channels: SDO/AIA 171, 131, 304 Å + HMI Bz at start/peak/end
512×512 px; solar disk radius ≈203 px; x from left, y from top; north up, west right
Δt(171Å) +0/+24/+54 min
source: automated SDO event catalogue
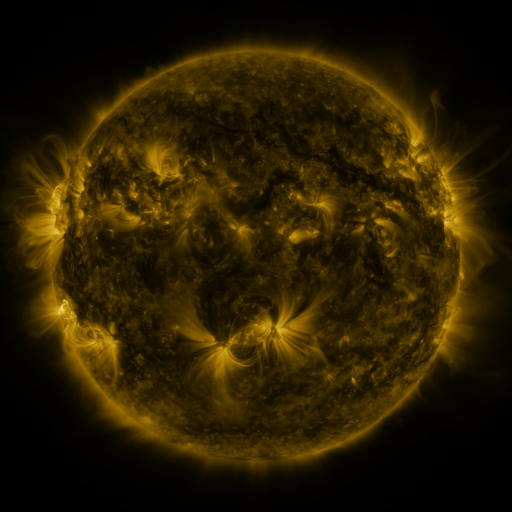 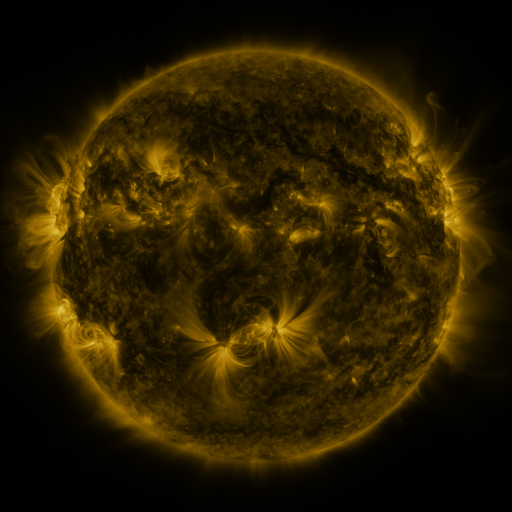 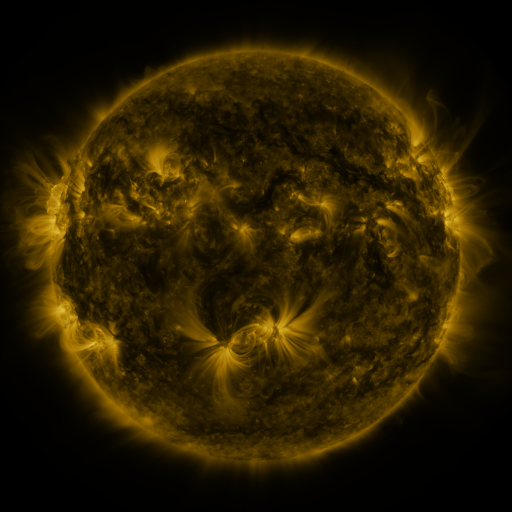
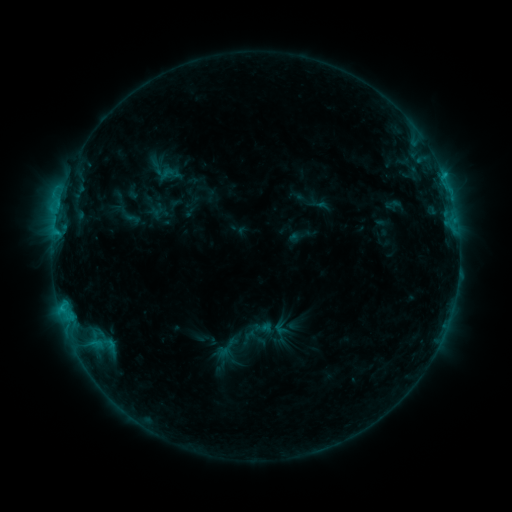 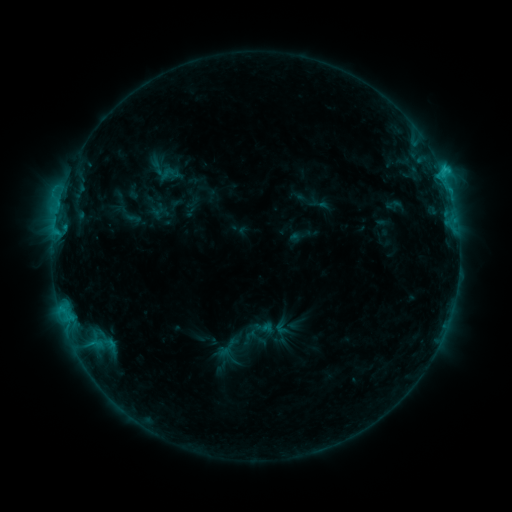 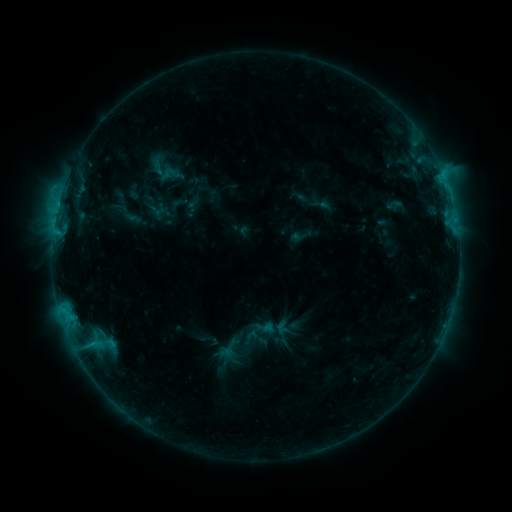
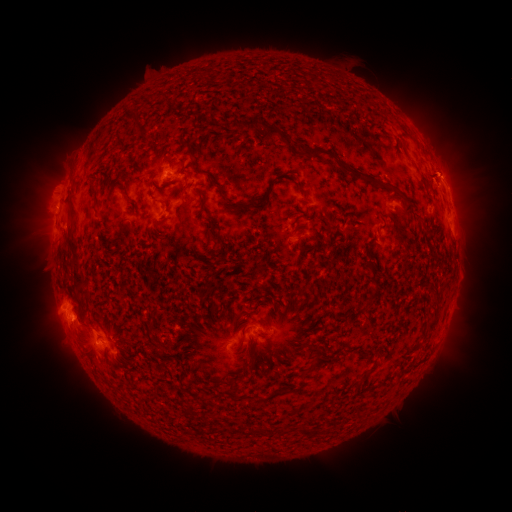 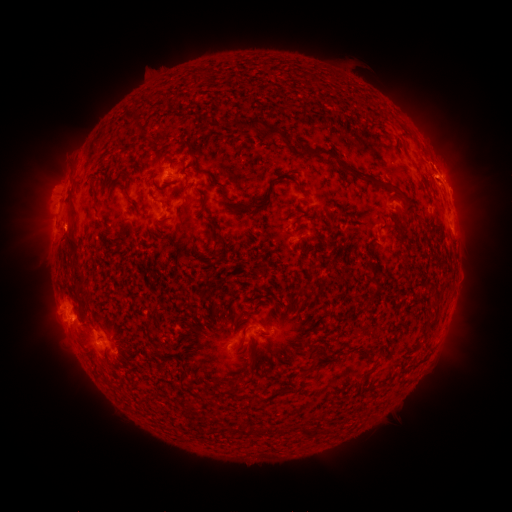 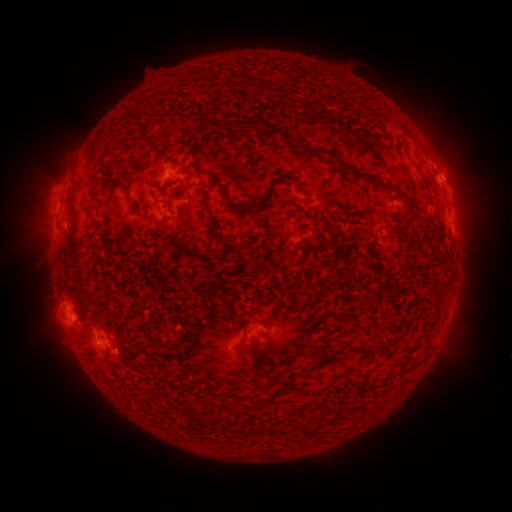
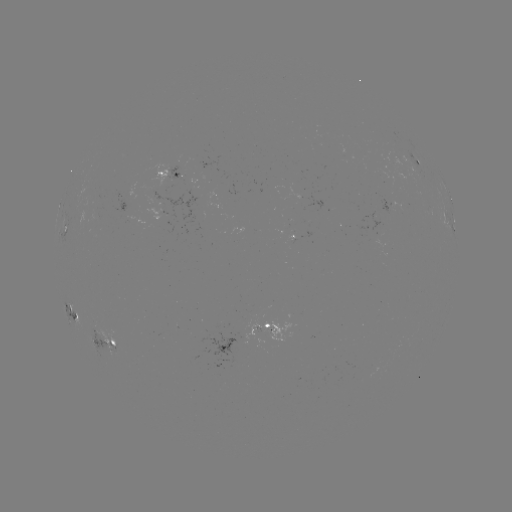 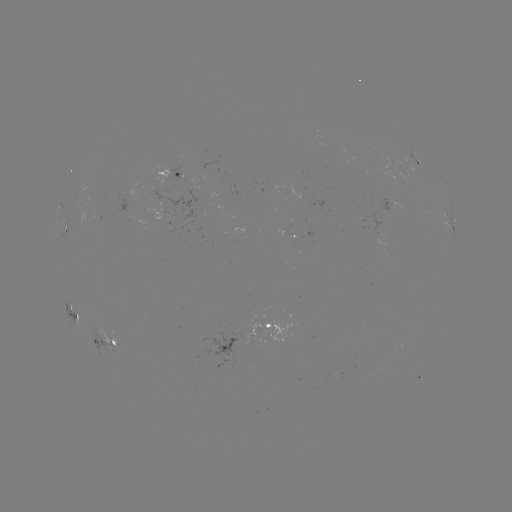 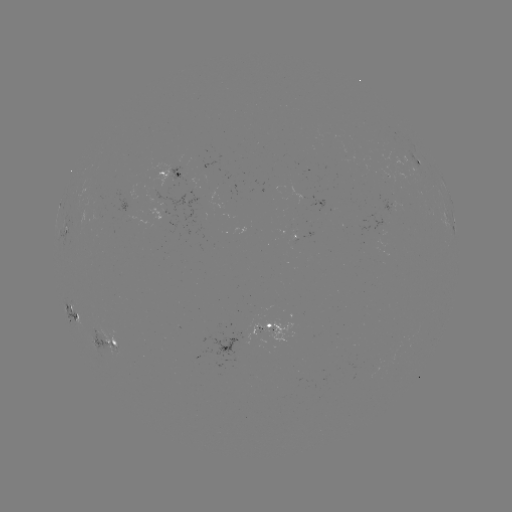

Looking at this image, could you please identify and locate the C2.7 flare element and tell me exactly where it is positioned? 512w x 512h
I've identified C2.7 flare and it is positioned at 441,173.